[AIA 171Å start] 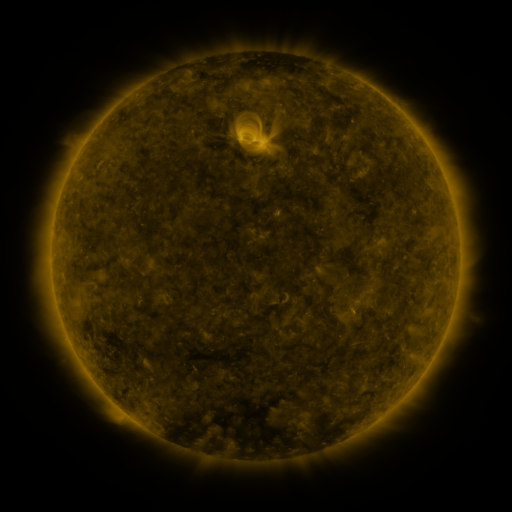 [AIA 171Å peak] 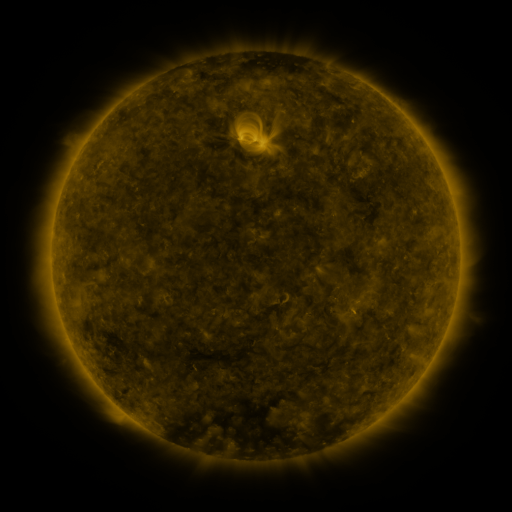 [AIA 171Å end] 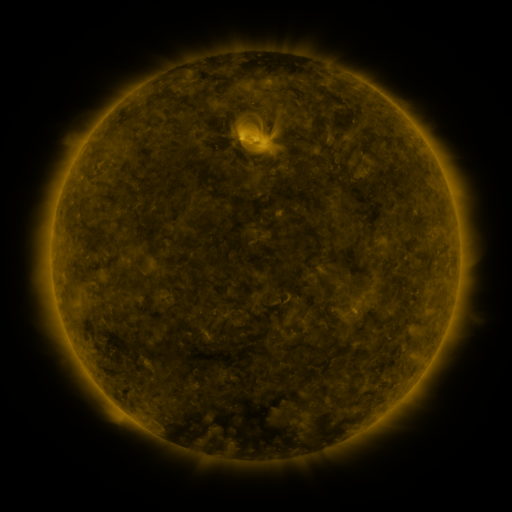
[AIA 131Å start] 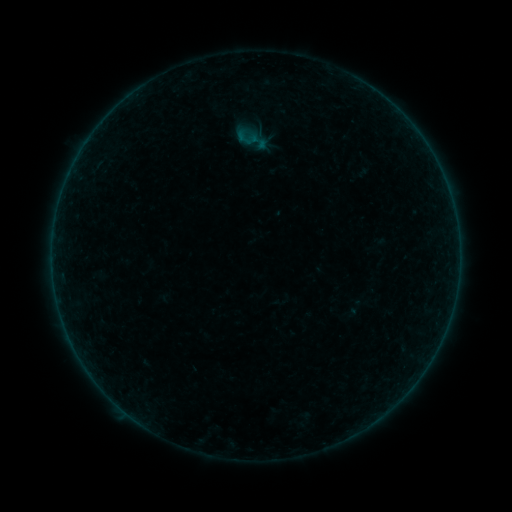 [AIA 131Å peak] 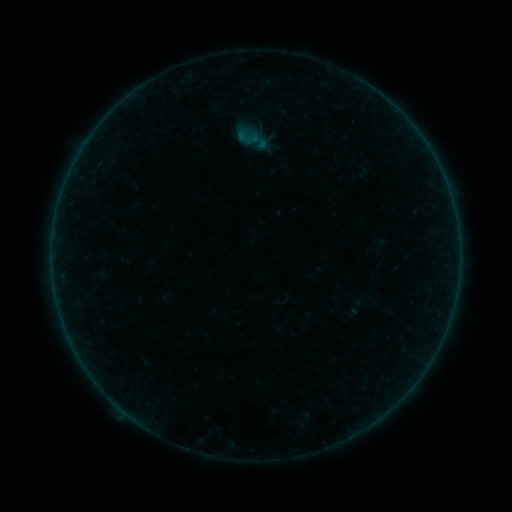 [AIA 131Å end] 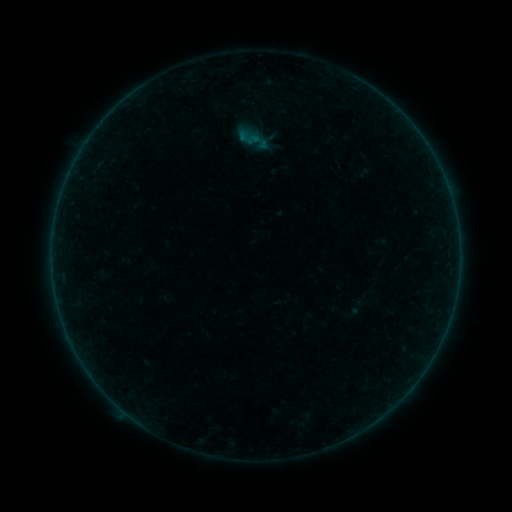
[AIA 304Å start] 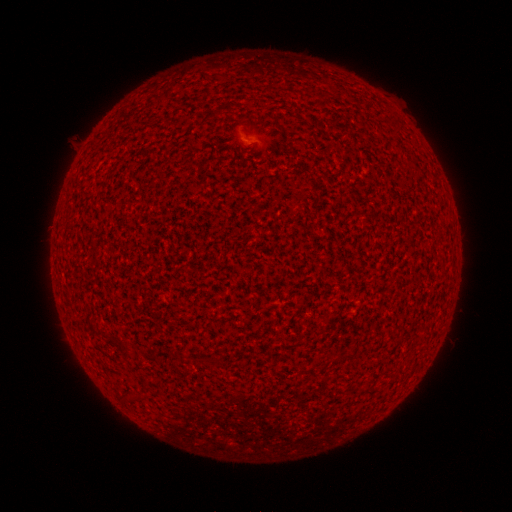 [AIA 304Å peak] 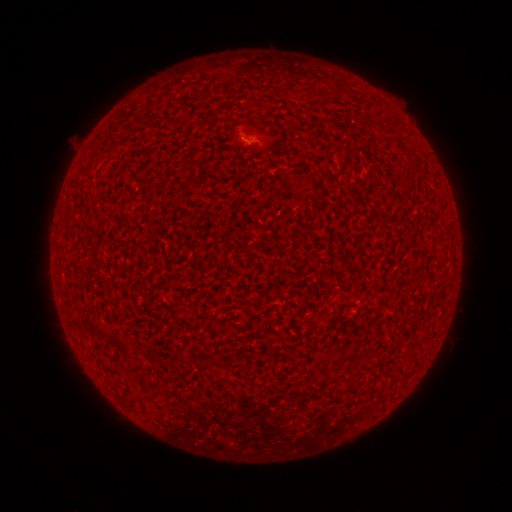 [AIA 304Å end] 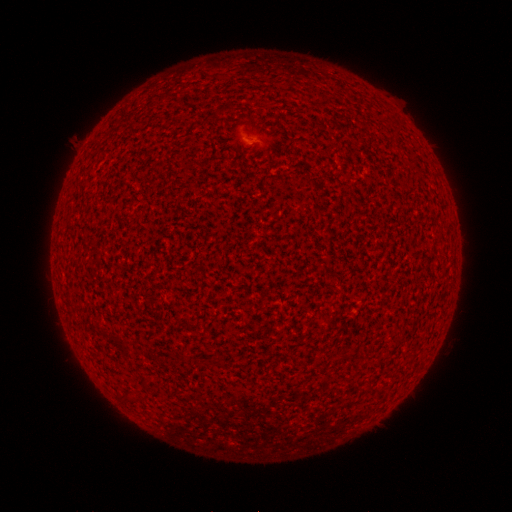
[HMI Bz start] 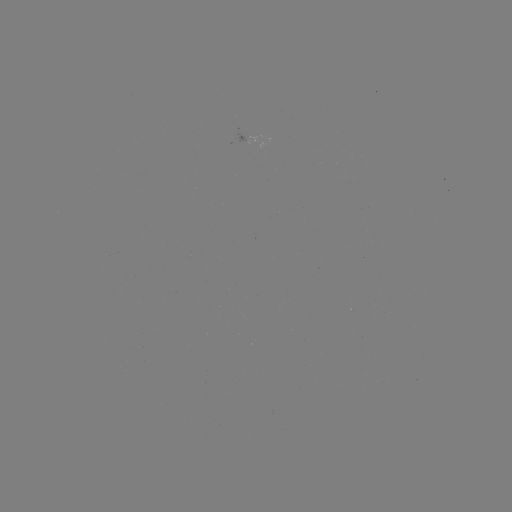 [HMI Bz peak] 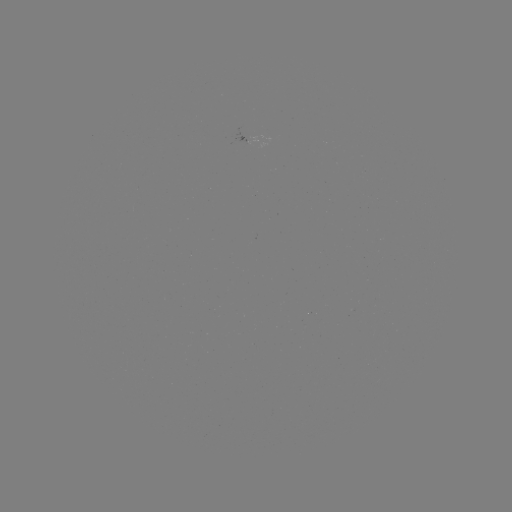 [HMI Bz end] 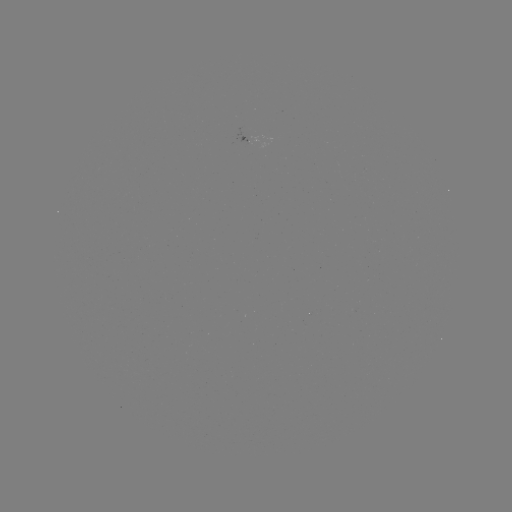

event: flare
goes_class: A2.7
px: (249, 138)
